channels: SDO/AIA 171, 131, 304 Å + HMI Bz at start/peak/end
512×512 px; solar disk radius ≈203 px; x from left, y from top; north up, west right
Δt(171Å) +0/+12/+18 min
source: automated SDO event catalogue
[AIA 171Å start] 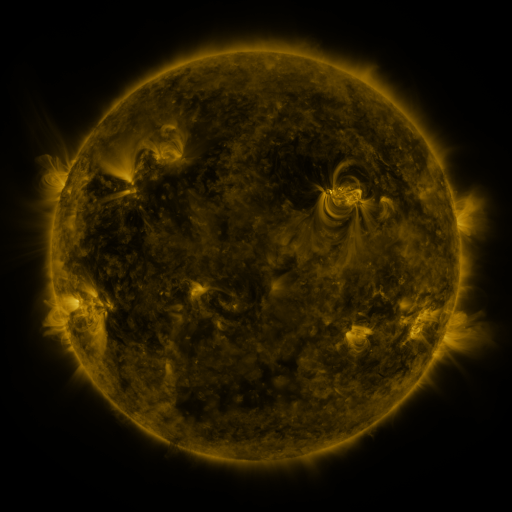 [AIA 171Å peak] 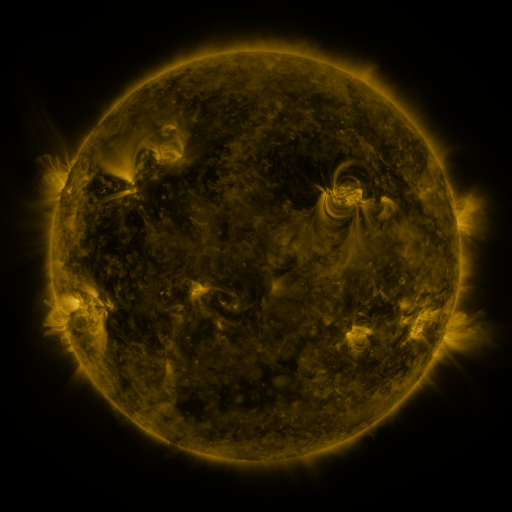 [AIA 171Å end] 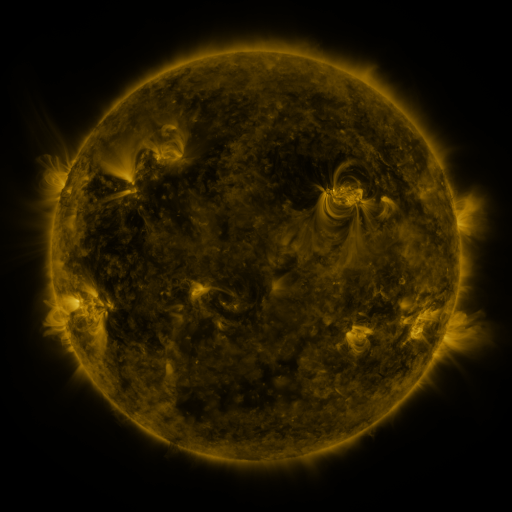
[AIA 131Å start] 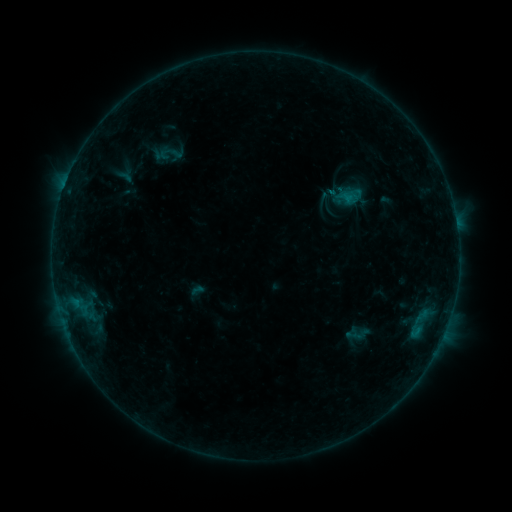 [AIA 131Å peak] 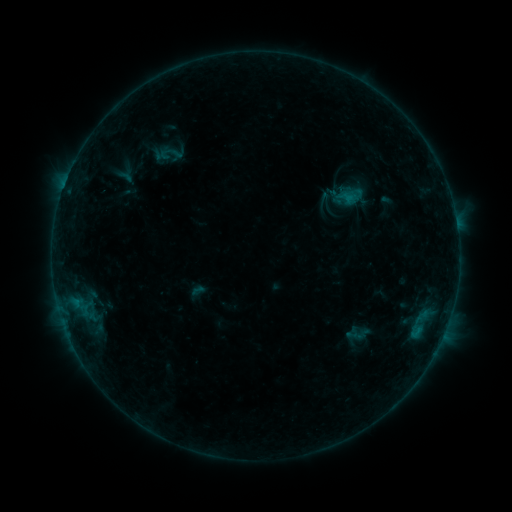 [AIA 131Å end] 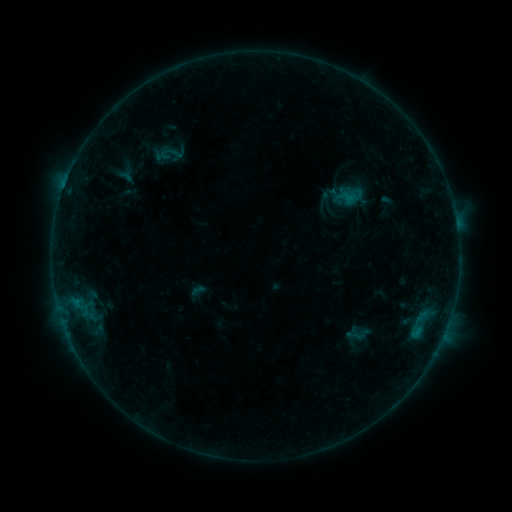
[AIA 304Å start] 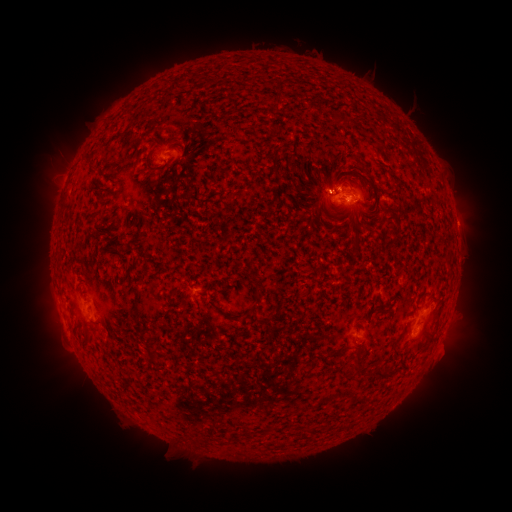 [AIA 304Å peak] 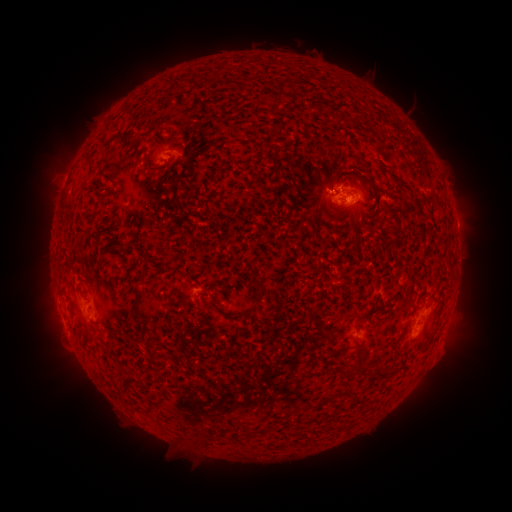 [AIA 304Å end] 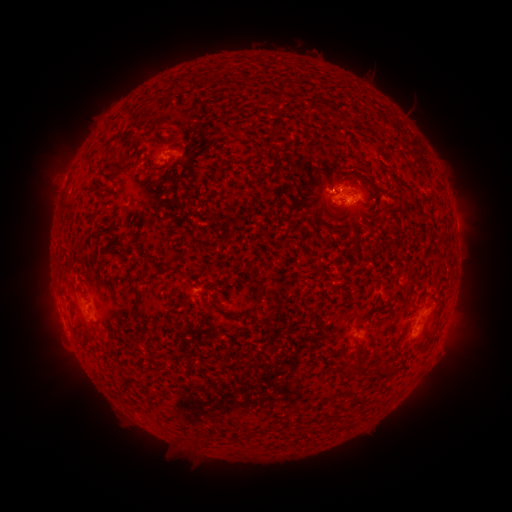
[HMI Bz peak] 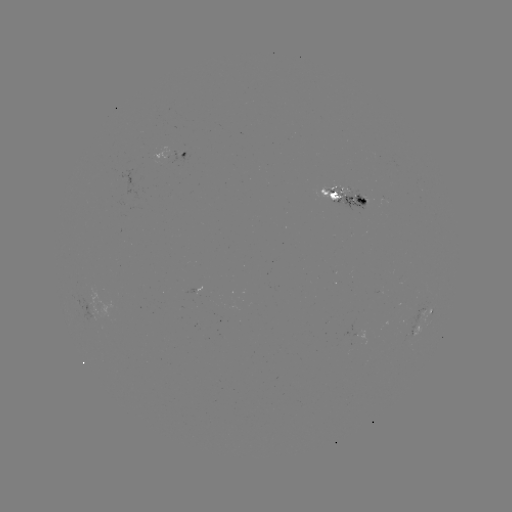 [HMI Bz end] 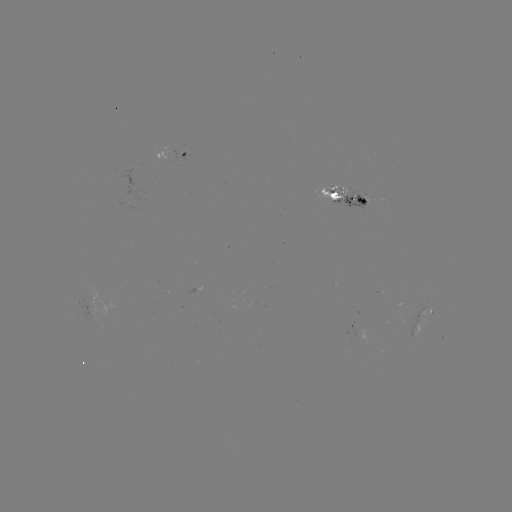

no flare in any classed list; no EUV-trigger detection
